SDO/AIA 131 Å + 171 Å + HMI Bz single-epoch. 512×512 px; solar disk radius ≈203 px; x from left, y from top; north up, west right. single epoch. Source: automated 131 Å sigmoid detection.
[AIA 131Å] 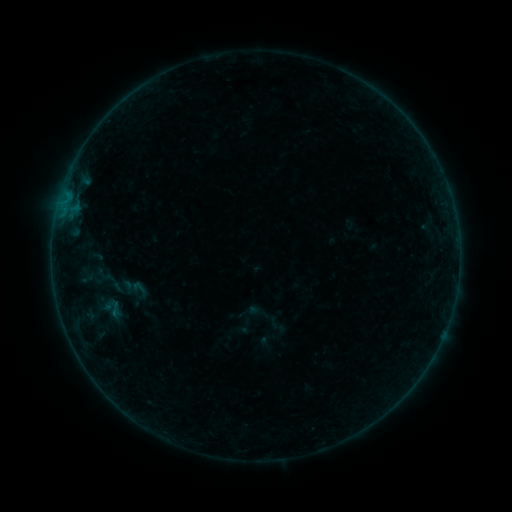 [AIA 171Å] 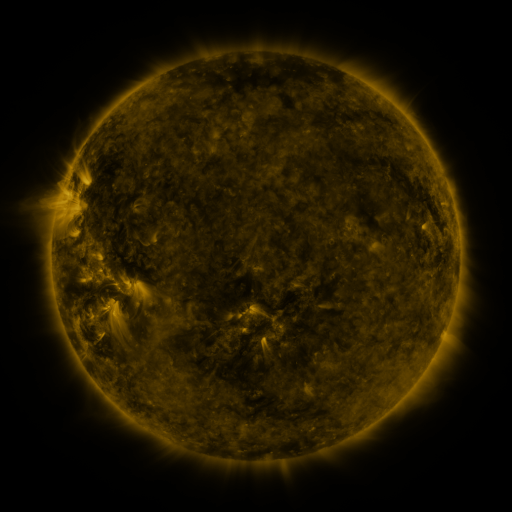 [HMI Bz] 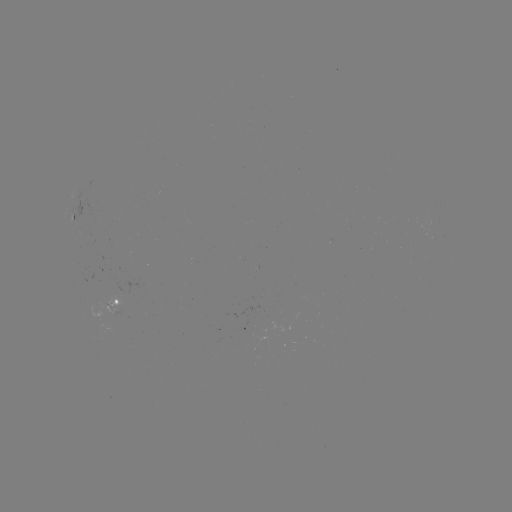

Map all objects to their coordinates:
sigmoid: (107, 280)
sigmoid: (139, 287)
sigmoid: (111, 309)
